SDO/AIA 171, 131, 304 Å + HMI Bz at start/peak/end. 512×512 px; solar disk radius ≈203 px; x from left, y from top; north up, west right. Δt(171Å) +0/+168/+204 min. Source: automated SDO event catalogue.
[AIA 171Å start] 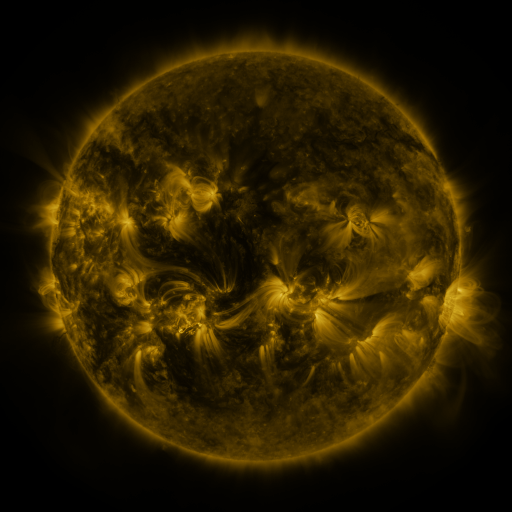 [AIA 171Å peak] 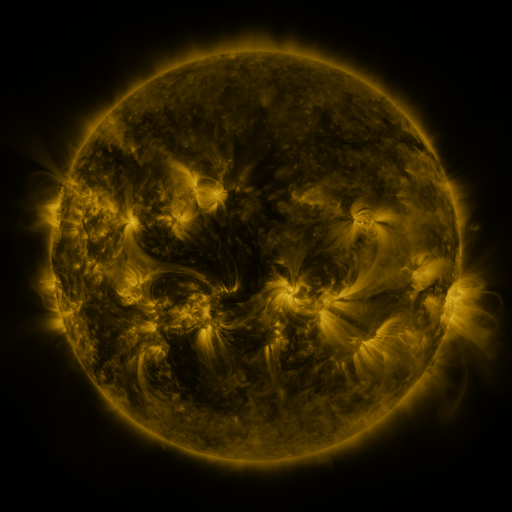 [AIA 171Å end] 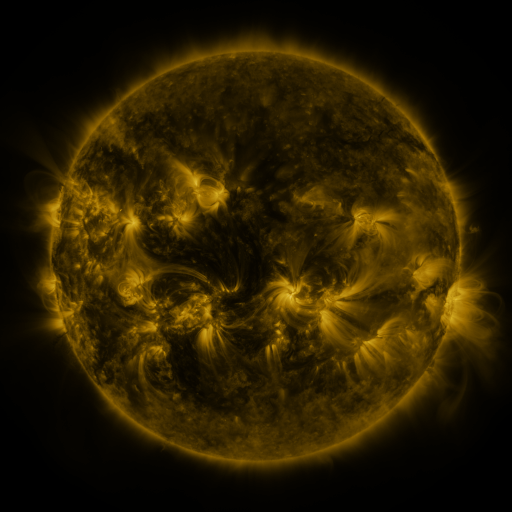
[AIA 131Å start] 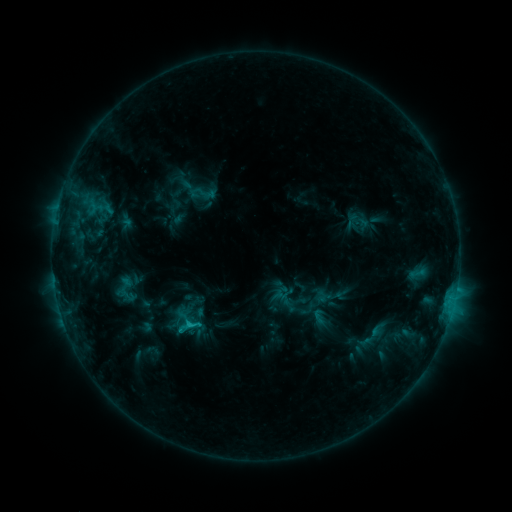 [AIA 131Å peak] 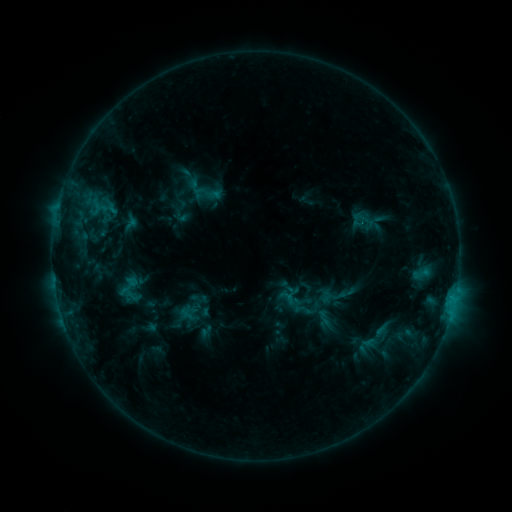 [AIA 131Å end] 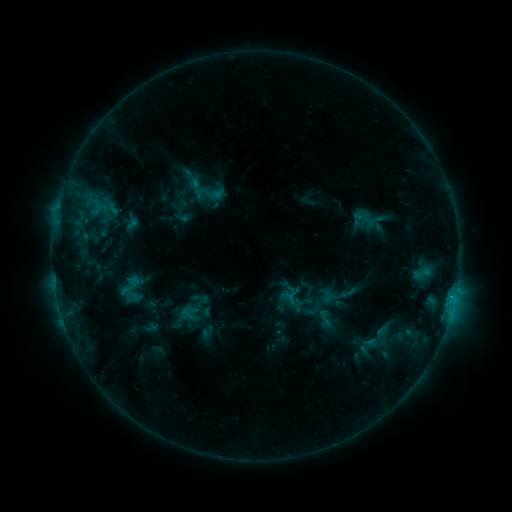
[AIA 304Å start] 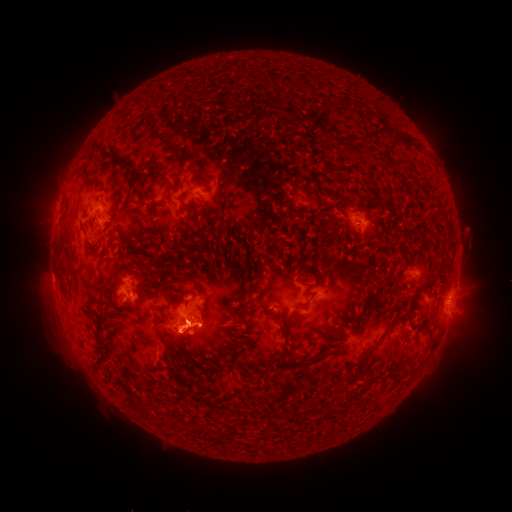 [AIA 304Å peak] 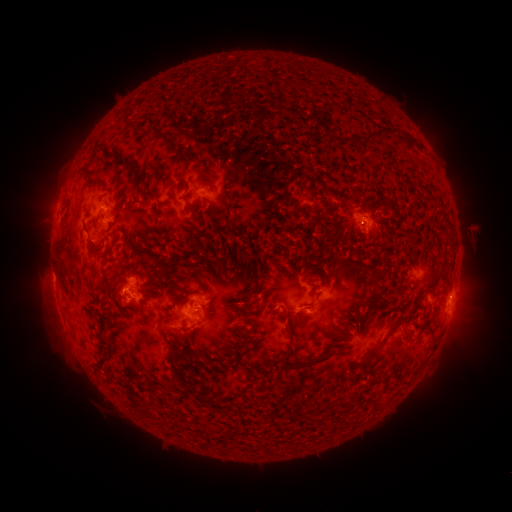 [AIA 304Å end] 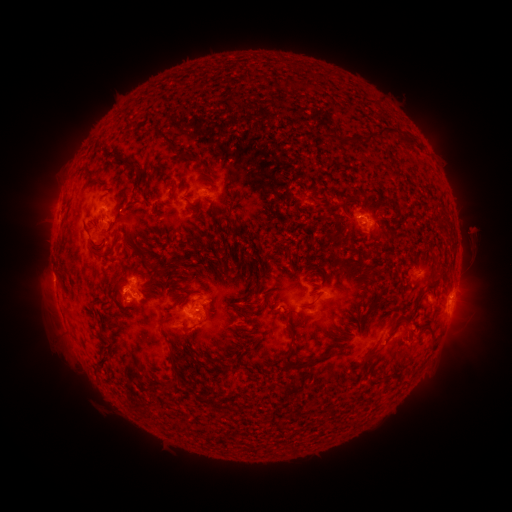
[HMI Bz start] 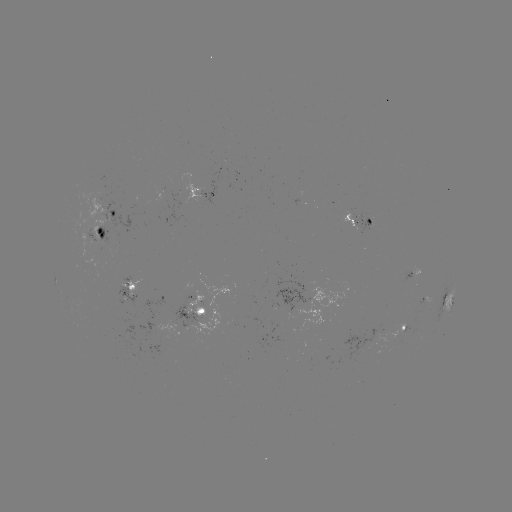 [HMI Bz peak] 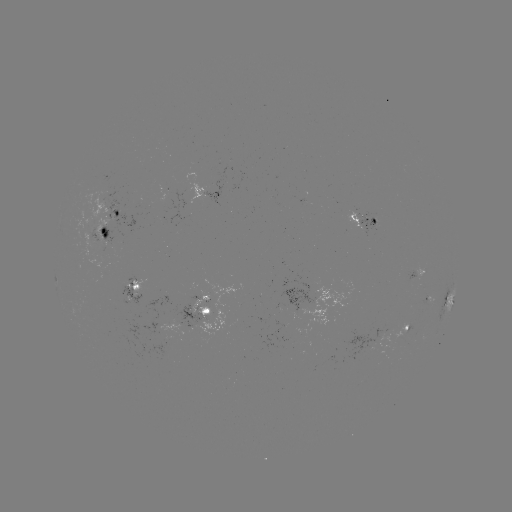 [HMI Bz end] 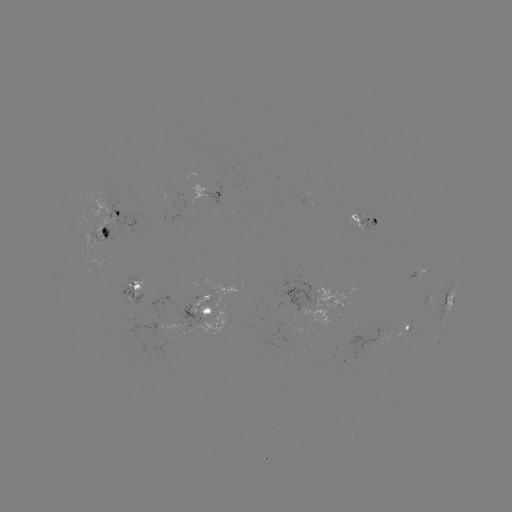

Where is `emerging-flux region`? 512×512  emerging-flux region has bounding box [88, 230, 106, 245].